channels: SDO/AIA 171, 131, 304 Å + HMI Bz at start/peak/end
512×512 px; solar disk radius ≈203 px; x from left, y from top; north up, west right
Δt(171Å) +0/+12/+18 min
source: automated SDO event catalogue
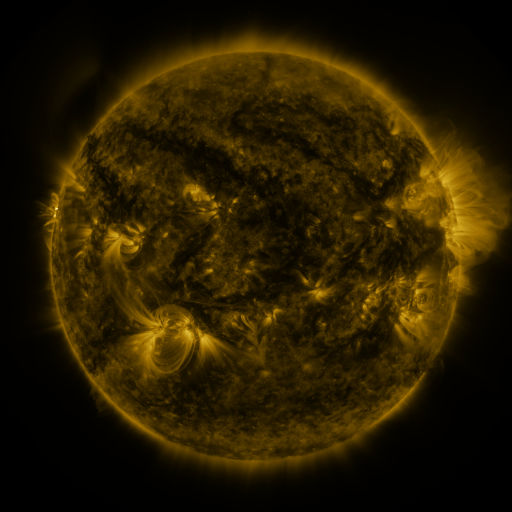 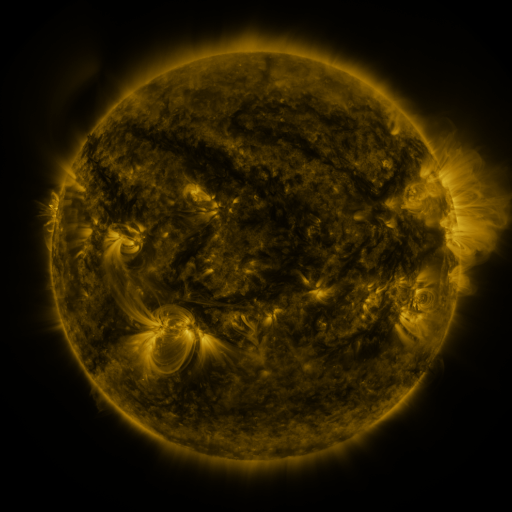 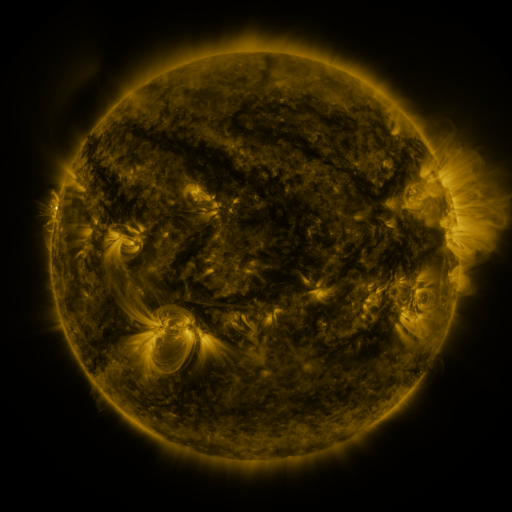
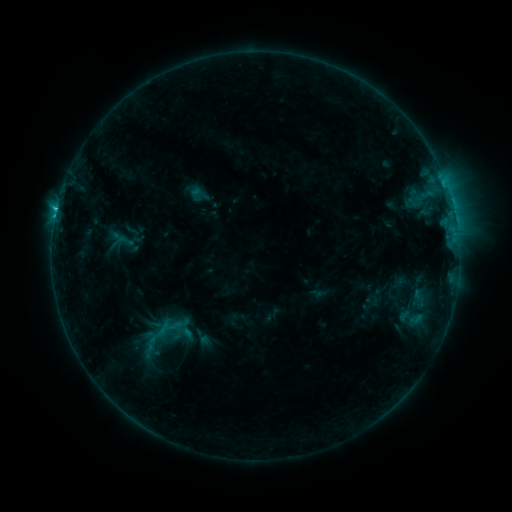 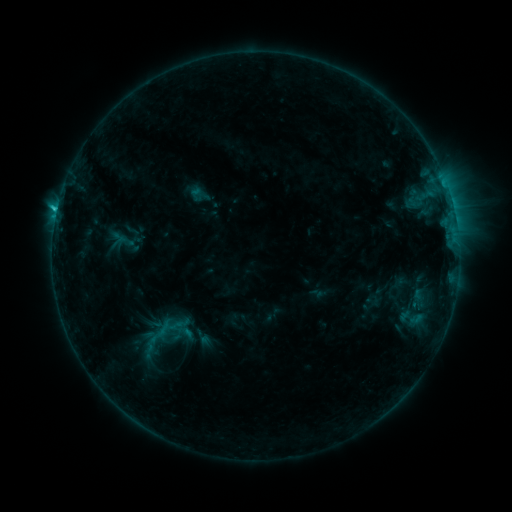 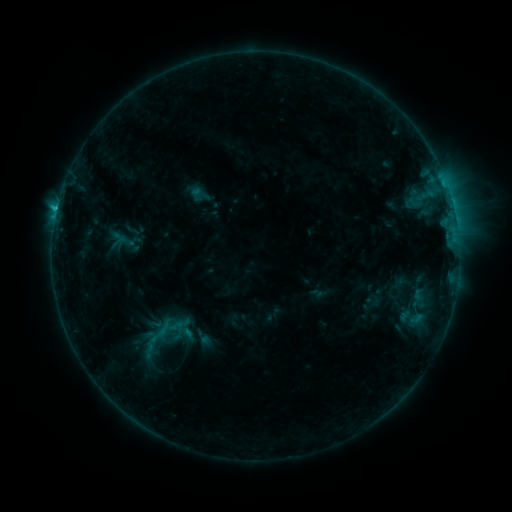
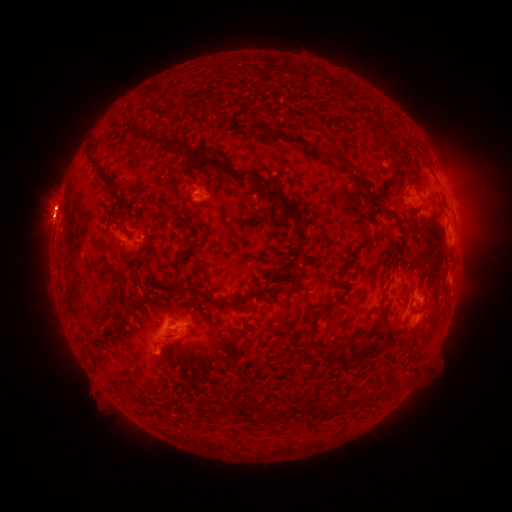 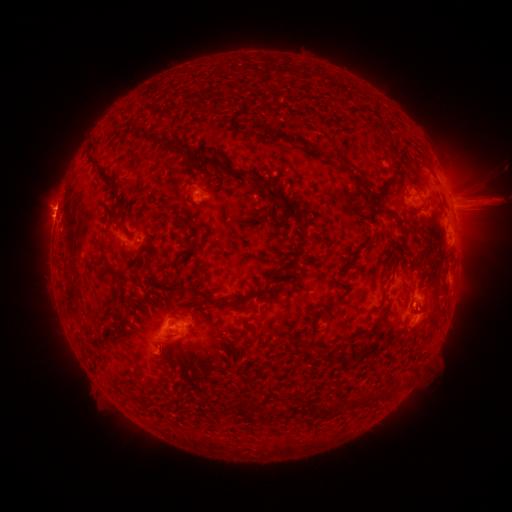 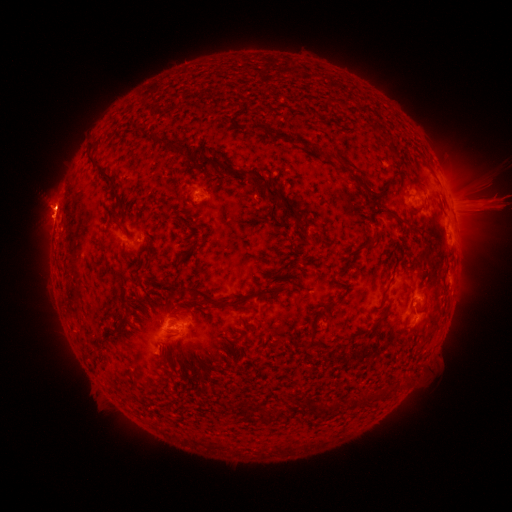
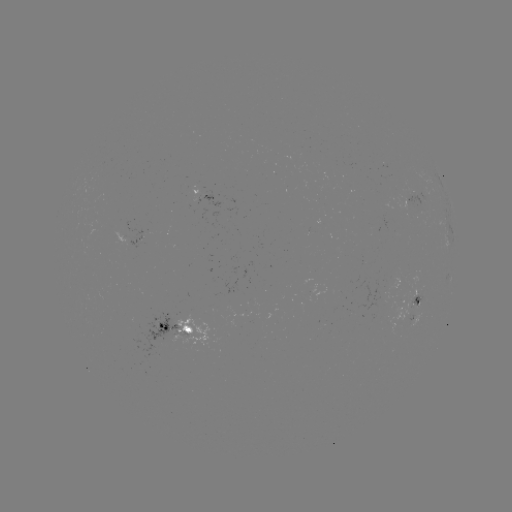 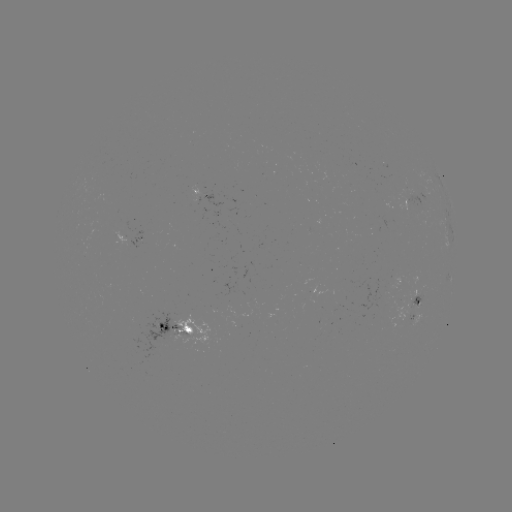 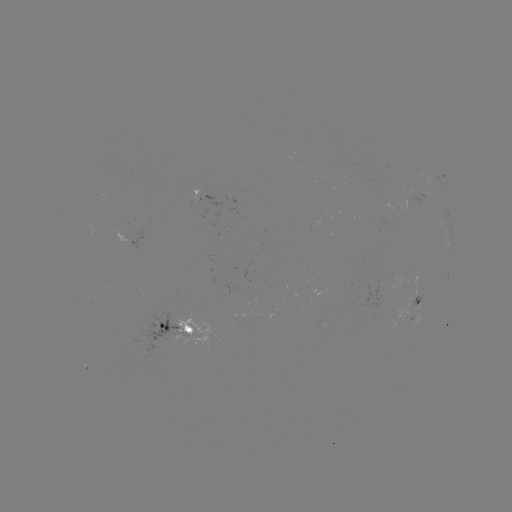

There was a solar eruption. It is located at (486, 200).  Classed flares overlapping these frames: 1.